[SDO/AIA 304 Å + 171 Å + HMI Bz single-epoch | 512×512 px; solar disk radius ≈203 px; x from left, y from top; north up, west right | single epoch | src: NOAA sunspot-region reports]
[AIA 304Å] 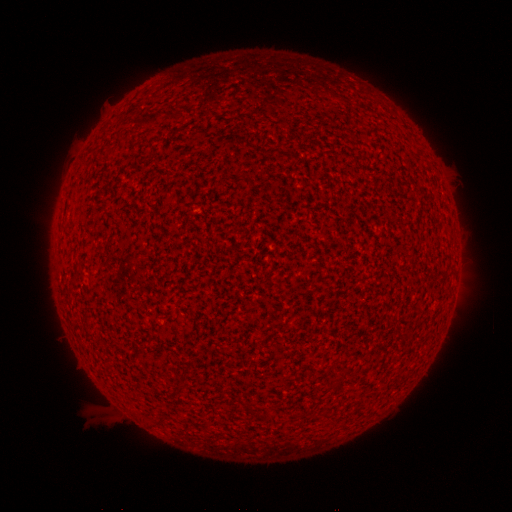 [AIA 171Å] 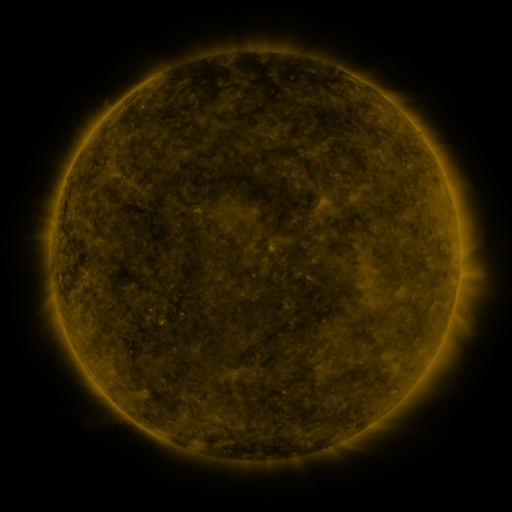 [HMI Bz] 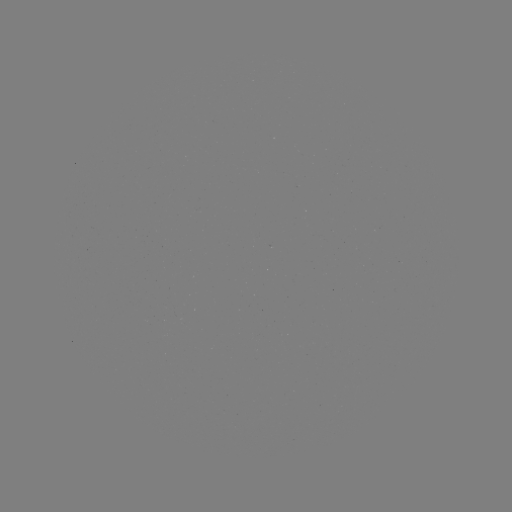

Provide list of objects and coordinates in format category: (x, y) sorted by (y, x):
(none)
